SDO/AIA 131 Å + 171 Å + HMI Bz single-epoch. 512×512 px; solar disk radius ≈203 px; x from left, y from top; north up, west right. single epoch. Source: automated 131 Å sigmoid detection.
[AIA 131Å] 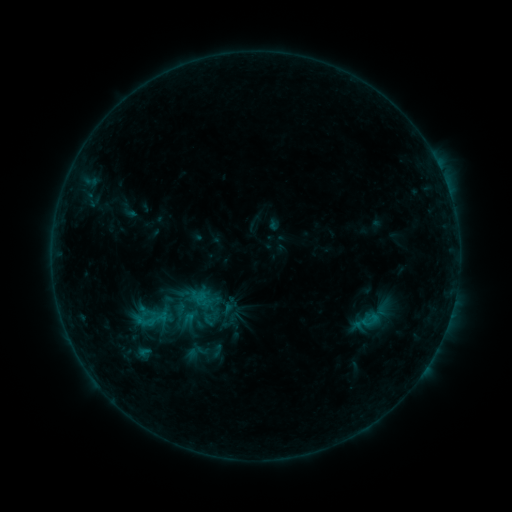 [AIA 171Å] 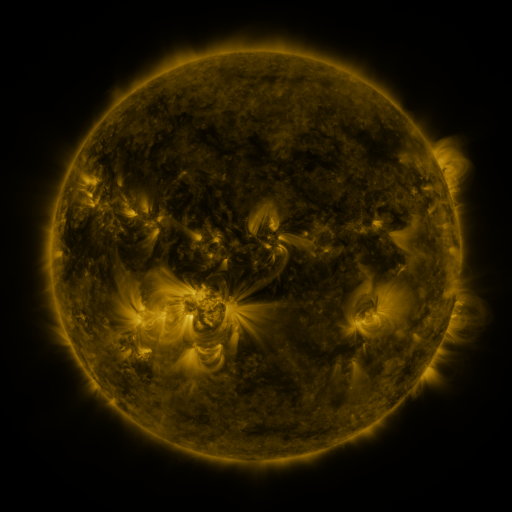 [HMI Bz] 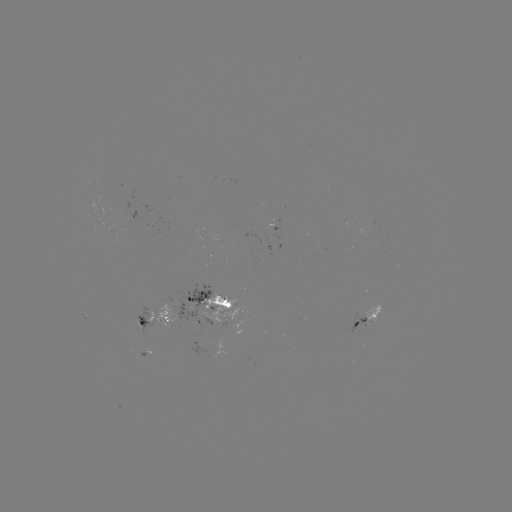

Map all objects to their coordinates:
sigmoid: (145, 321)
sigmoid: (217, 351)
